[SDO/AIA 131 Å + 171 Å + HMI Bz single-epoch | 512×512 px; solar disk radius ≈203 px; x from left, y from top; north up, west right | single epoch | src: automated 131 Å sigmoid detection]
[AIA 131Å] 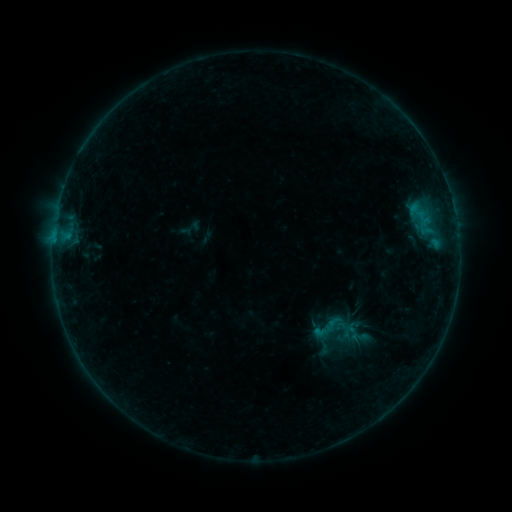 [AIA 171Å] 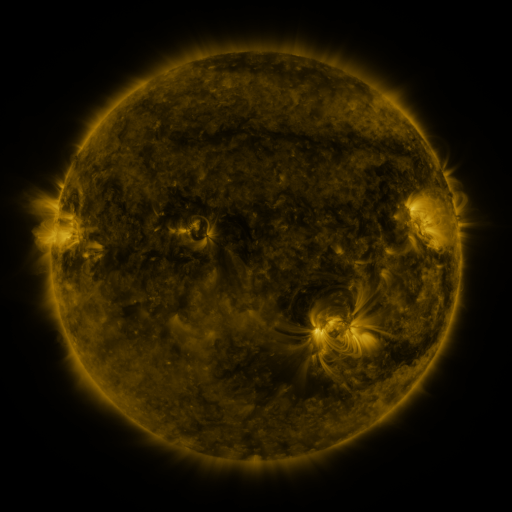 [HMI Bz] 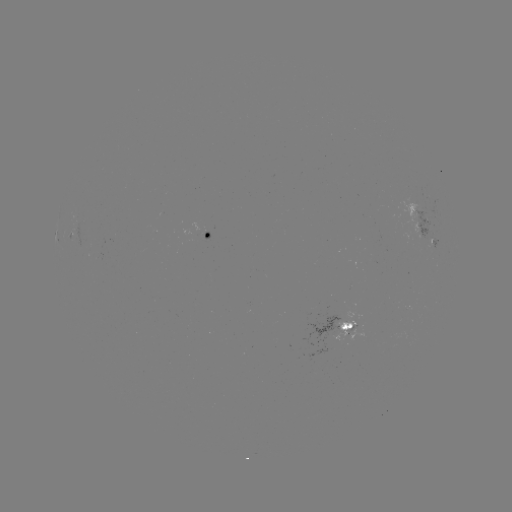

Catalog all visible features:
sigmoid: (332, 324)
